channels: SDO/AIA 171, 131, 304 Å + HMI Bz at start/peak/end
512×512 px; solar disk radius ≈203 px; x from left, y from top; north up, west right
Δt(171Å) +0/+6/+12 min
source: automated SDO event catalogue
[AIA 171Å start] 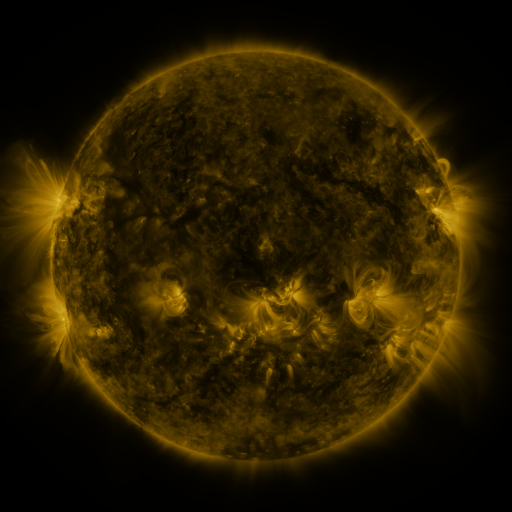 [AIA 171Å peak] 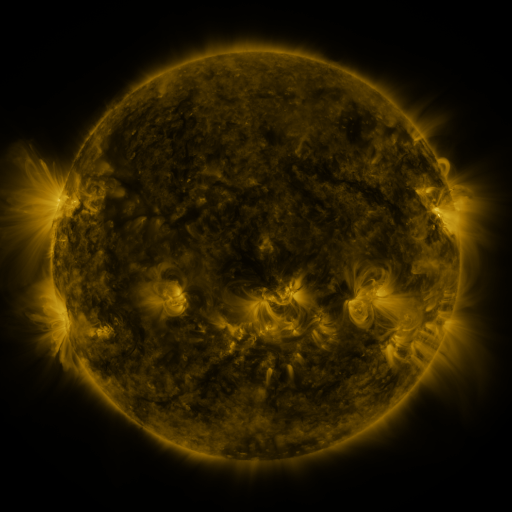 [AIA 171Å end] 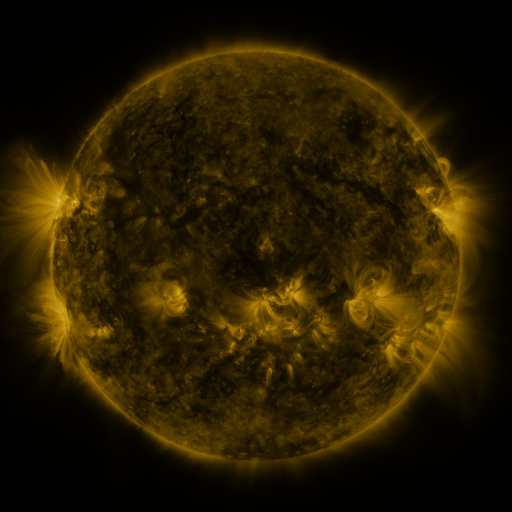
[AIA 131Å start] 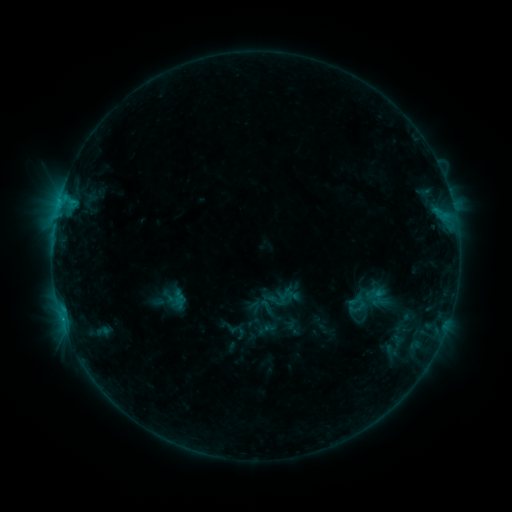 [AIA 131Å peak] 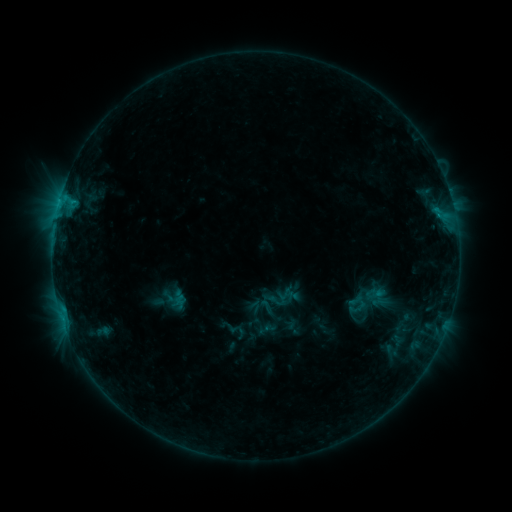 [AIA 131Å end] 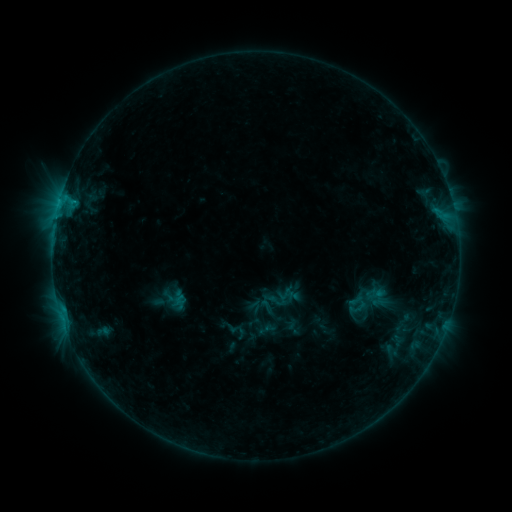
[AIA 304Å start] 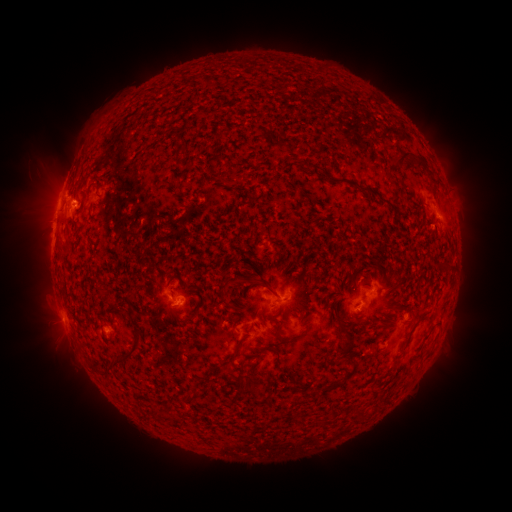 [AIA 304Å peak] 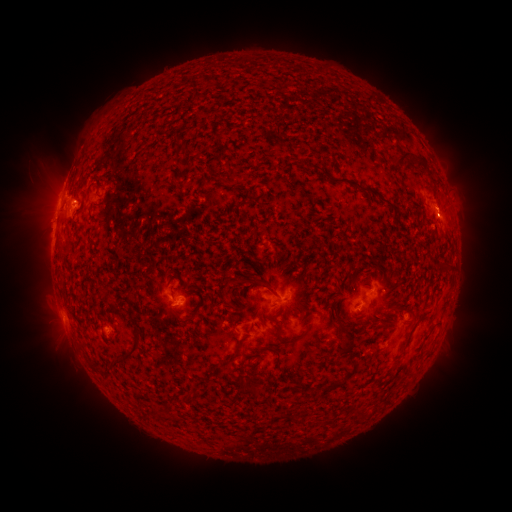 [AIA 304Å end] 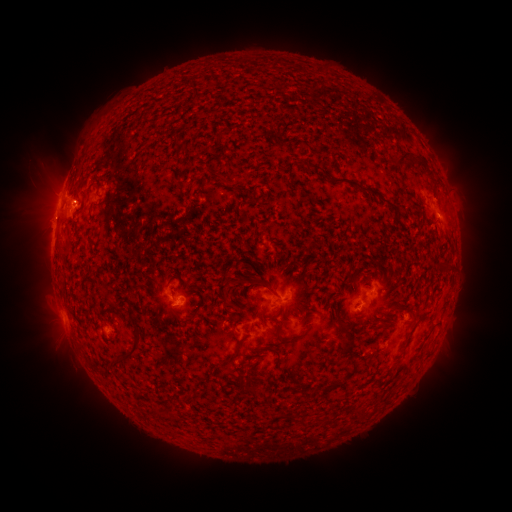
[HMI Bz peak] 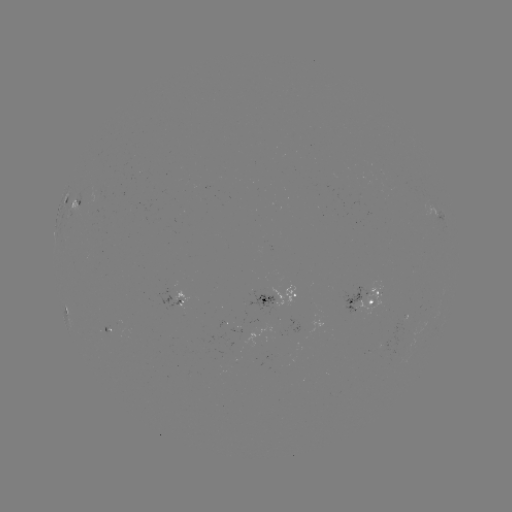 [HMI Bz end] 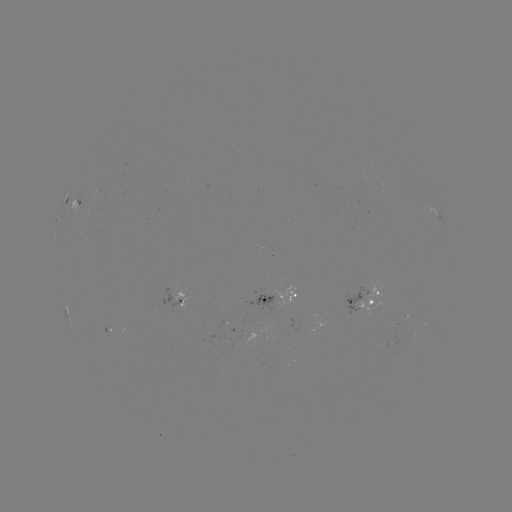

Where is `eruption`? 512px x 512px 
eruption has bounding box [422, 183, 470, 229].